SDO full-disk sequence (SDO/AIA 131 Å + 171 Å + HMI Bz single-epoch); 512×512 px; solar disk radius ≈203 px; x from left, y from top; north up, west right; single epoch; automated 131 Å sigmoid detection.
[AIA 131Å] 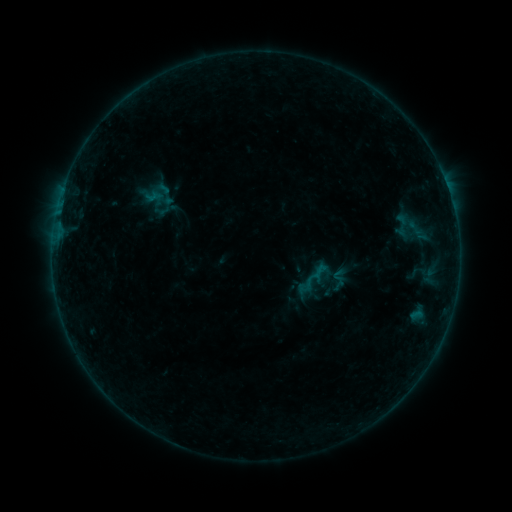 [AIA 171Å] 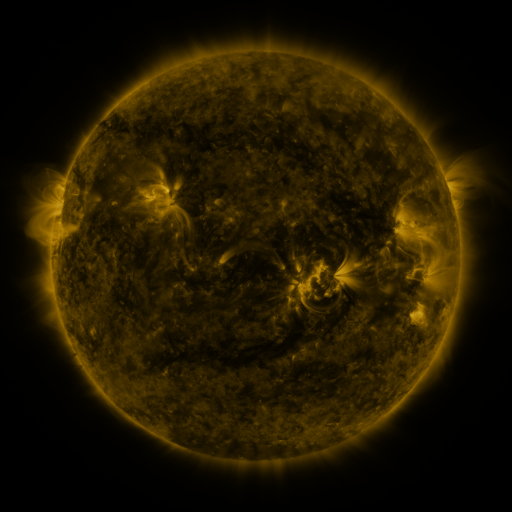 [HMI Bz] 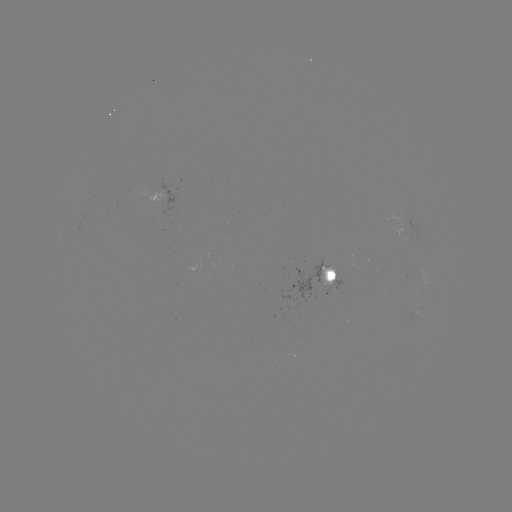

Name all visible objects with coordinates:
sigmoid: (311, 260, 331, 281)
sigmoid: (328, 276, 347, 296)
